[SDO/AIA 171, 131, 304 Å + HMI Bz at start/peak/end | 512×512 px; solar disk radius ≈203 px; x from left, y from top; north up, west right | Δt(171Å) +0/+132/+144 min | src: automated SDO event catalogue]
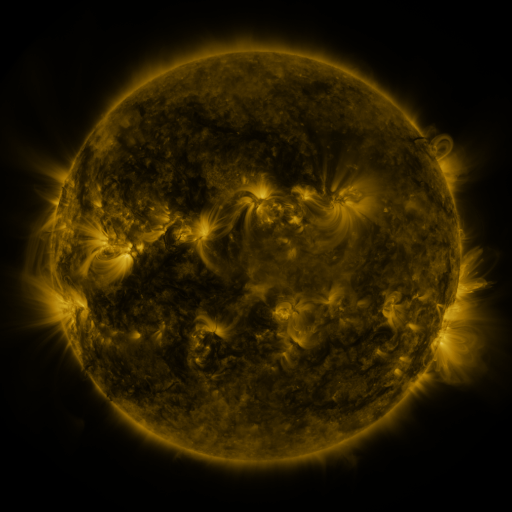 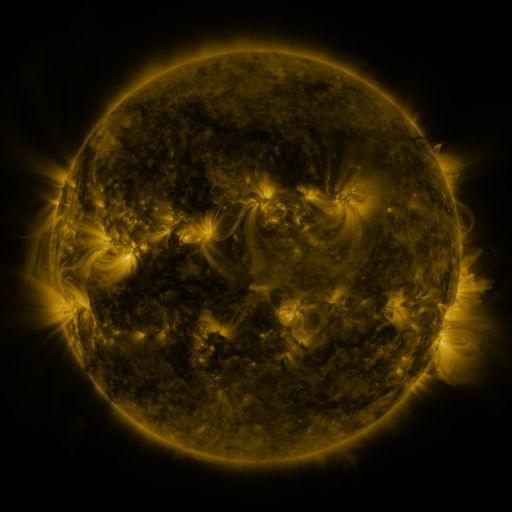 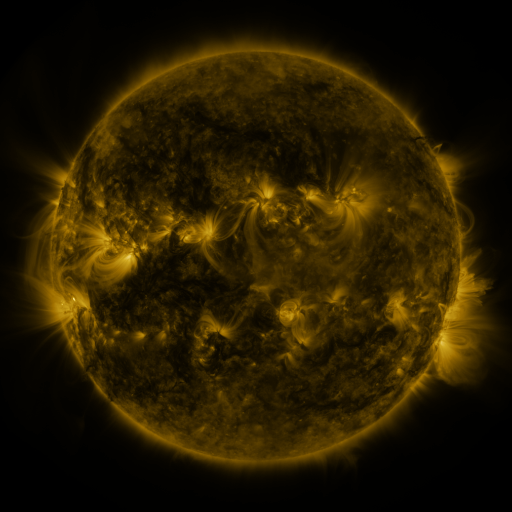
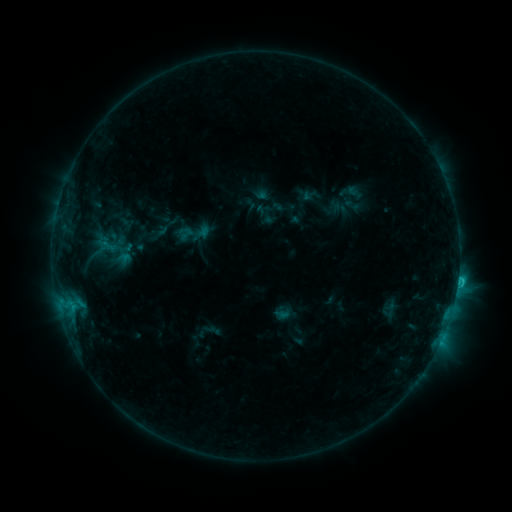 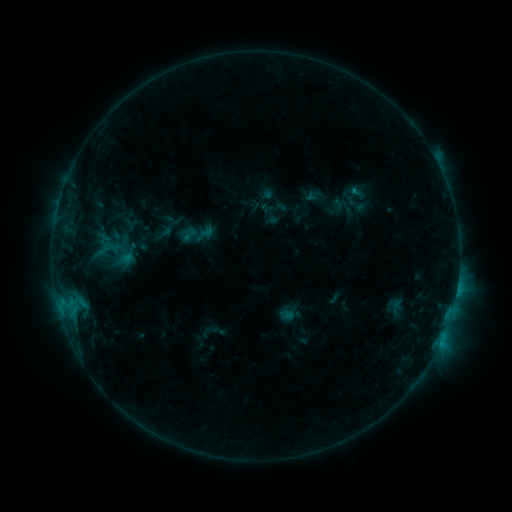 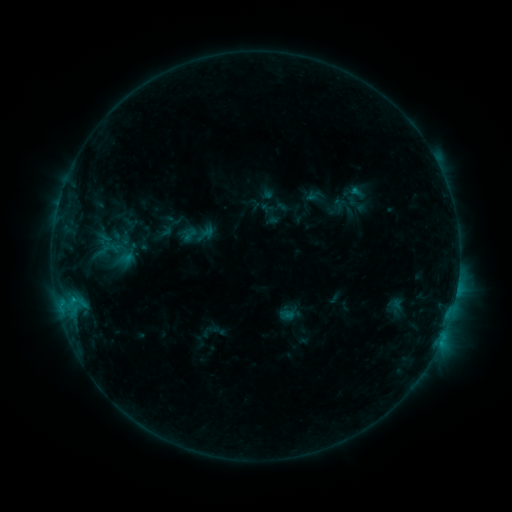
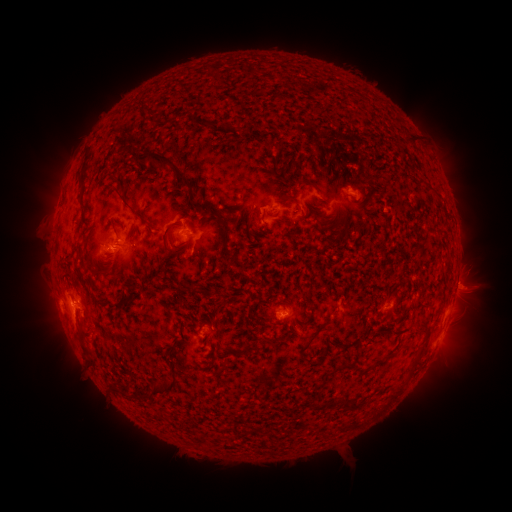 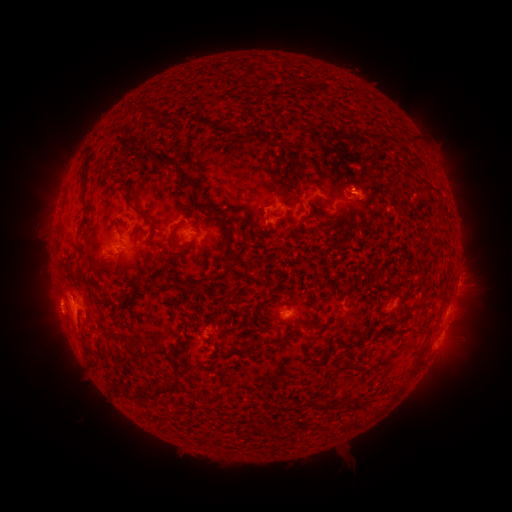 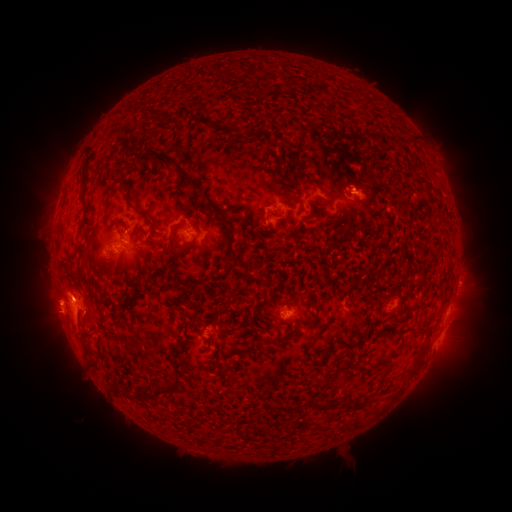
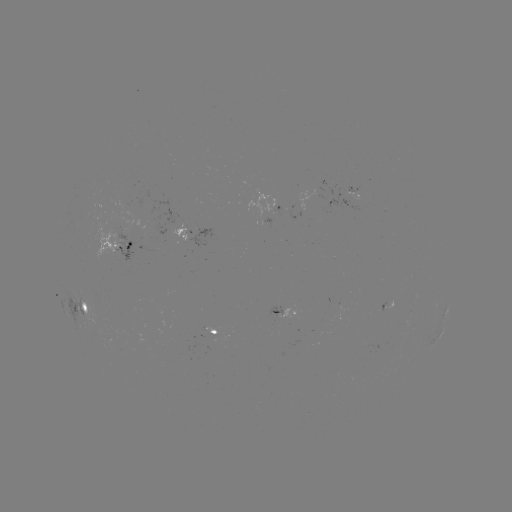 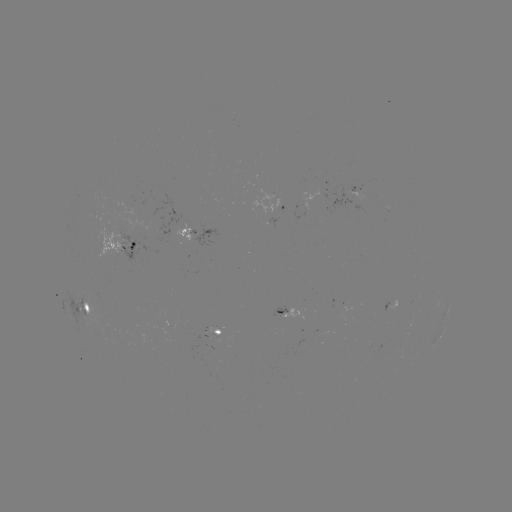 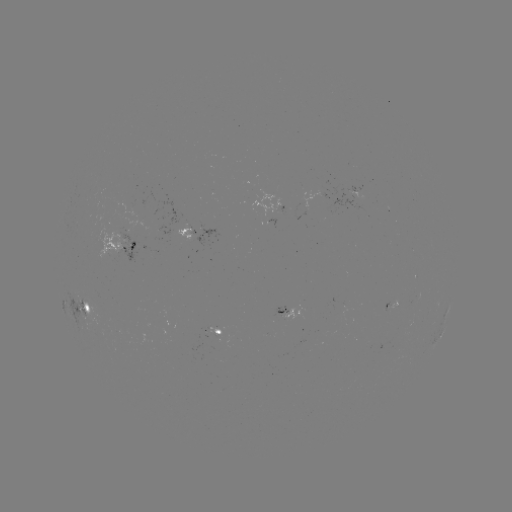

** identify emerging-flux region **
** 288,316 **